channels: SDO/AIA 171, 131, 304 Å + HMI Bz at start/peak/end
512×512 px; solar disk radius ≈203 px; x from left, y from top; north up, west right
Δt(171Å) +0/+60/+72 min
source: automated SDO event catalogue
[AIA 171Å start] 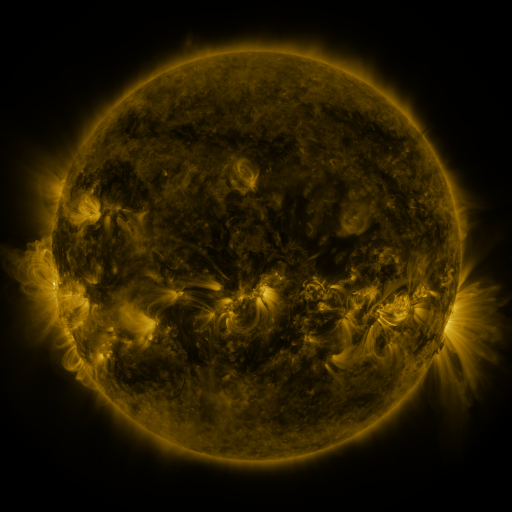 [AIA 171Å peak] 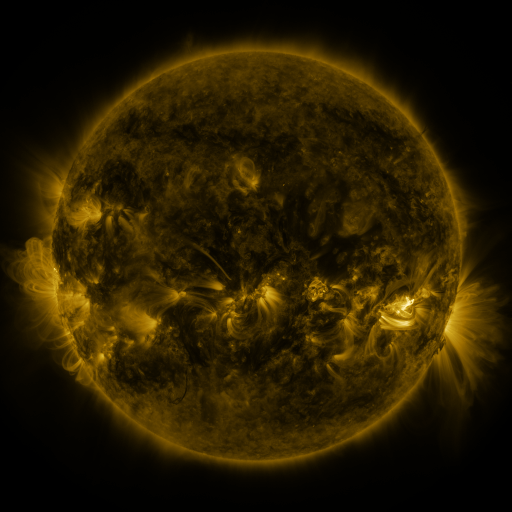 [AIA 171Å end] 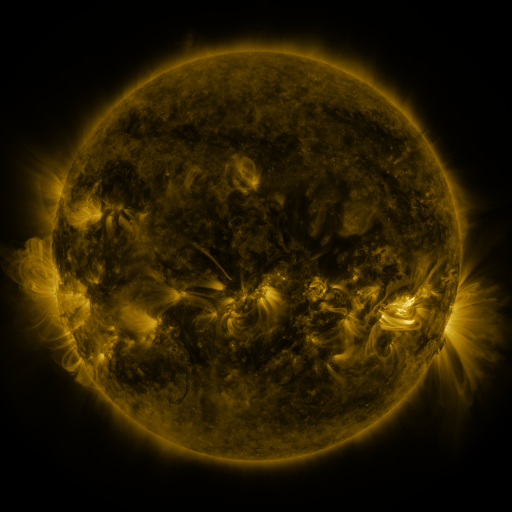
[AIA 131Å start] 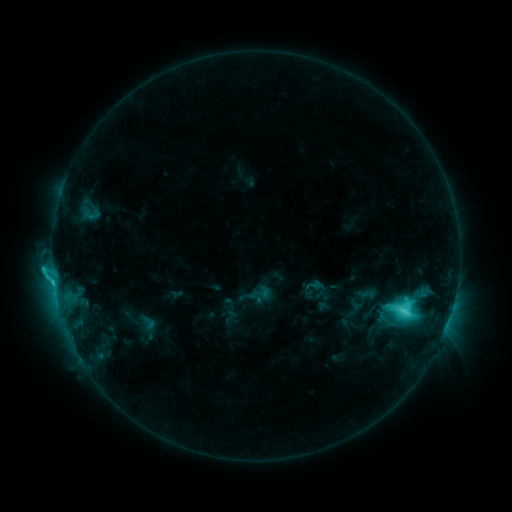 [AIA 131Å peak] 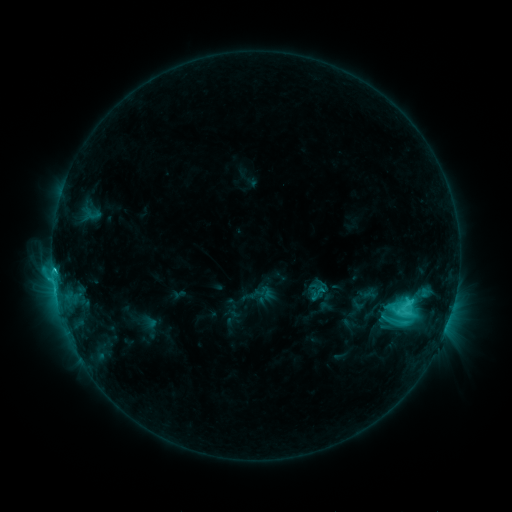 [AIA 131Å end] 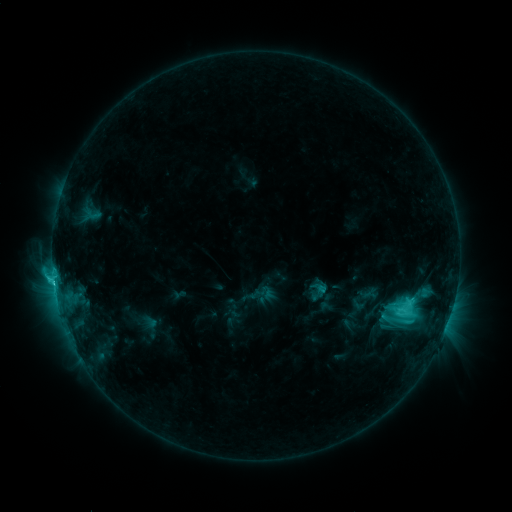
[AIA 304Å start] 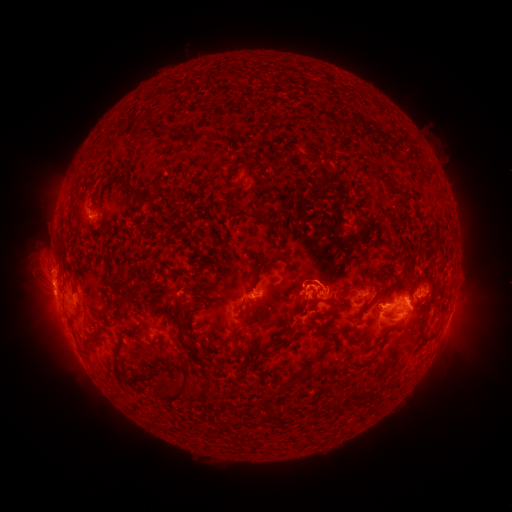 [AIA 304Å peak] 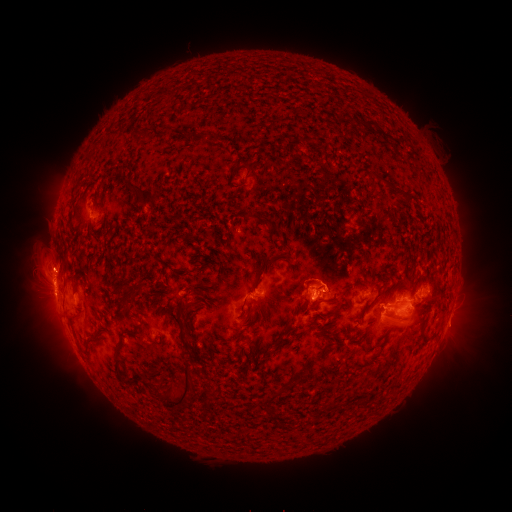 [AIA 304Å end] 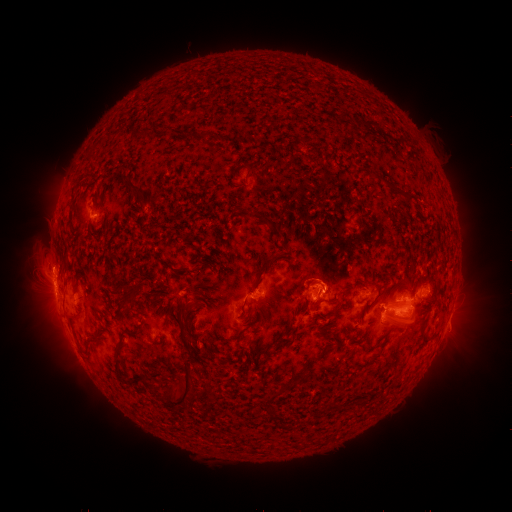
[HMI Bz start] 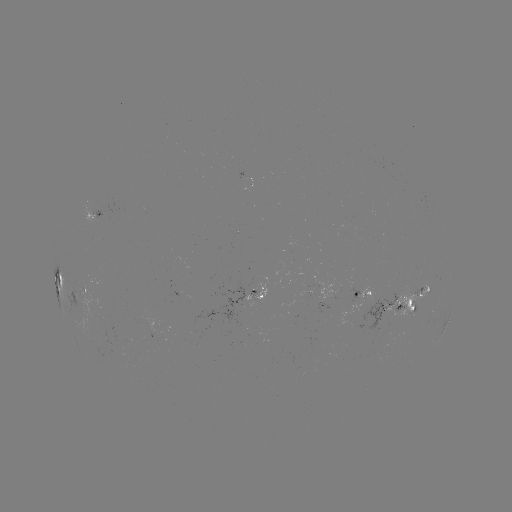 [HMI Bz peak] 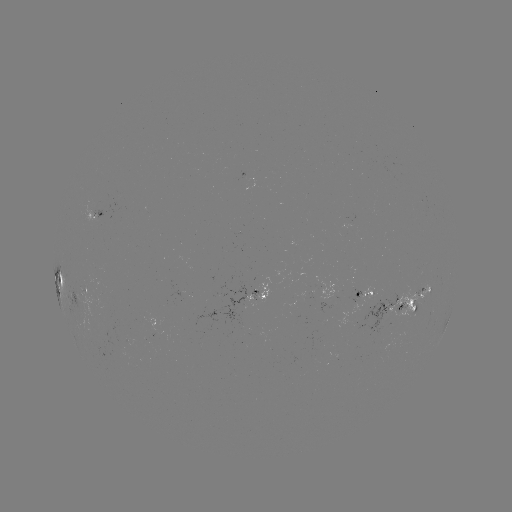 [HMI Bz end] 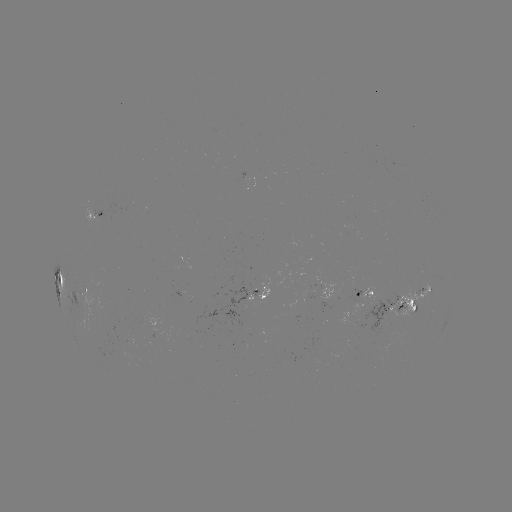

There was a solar emerging-flux region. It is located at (383, 310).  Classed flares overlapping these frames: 1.